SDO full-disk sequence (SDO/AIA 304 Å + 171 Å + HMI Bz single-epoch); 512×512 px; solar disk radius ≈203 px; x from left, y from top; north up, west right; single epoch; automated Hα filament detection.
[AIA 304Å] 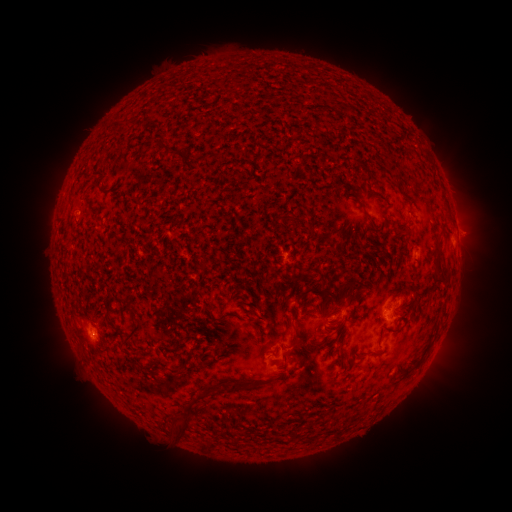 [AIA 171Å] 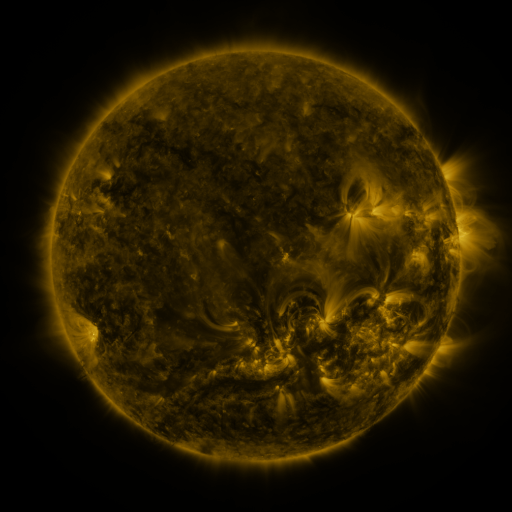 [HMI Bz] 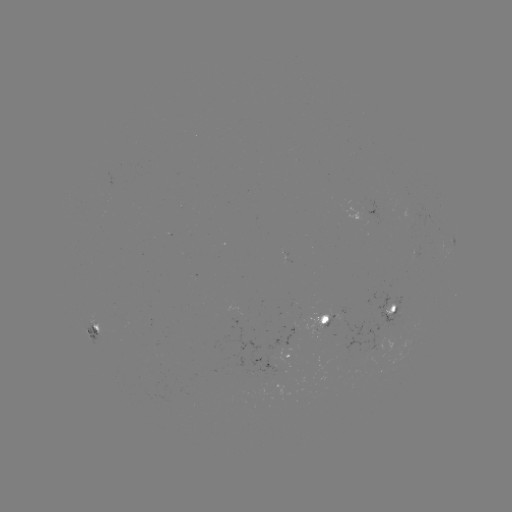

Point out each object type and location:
filament: (347, 109)
filament: (167, 149)
filament: (95, 186)
filament: (283, 218)
filament: (440, 252)
filament: (308, 291)
filament: (338, 298)
filament: (211, 308)
filament: (393, 308)
filament: (295, 317)
filament: (108, 320)
filament: (132, 336)
filament: (322, 342)
filament: (289, 350)
filament: (343, 357)
filament: (182, 370)
filament: (213, 388)
filament: (225, 392)
filament: (185, 427)
filament: (312, 437)
